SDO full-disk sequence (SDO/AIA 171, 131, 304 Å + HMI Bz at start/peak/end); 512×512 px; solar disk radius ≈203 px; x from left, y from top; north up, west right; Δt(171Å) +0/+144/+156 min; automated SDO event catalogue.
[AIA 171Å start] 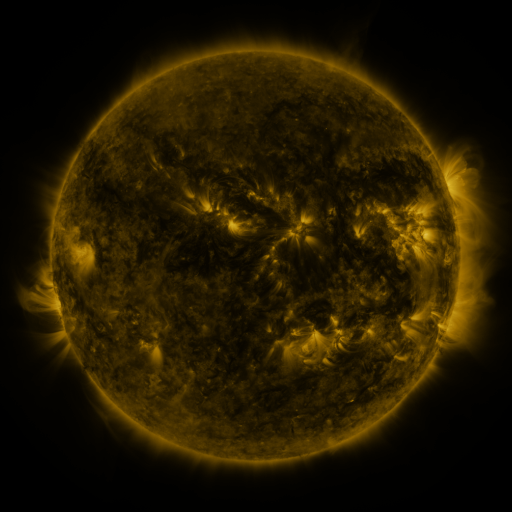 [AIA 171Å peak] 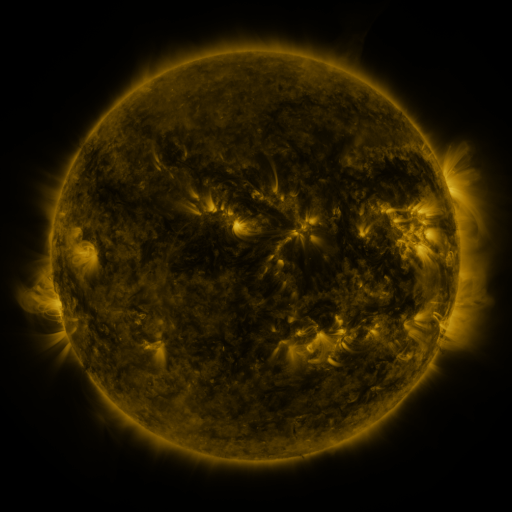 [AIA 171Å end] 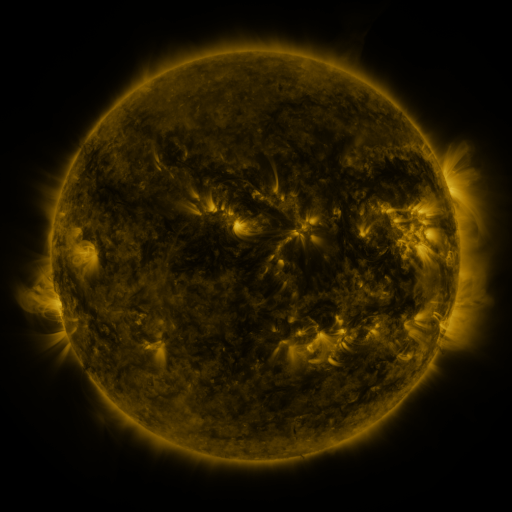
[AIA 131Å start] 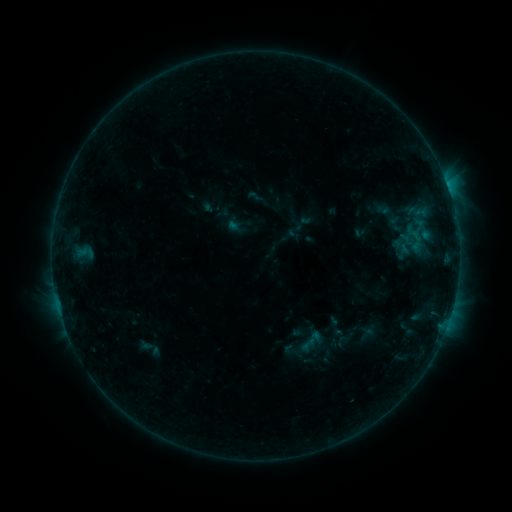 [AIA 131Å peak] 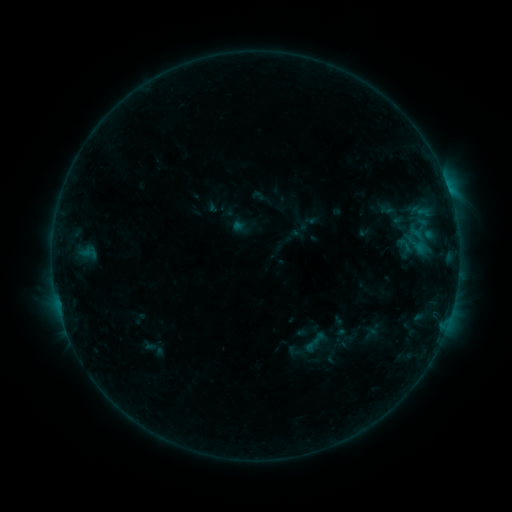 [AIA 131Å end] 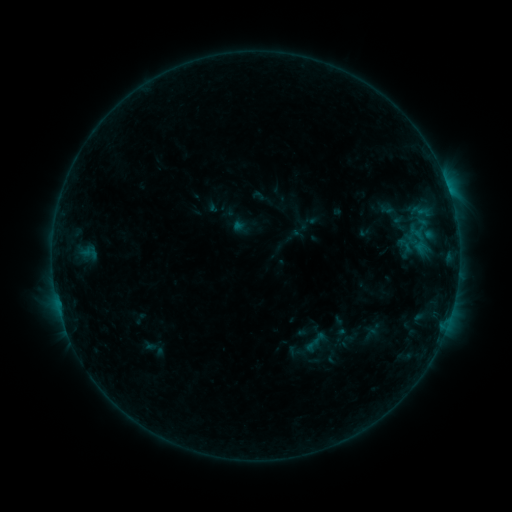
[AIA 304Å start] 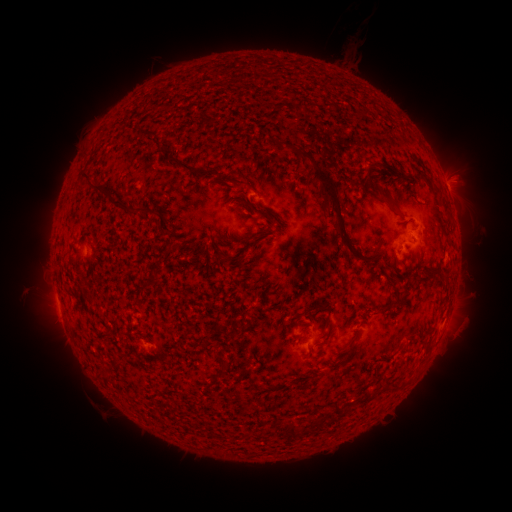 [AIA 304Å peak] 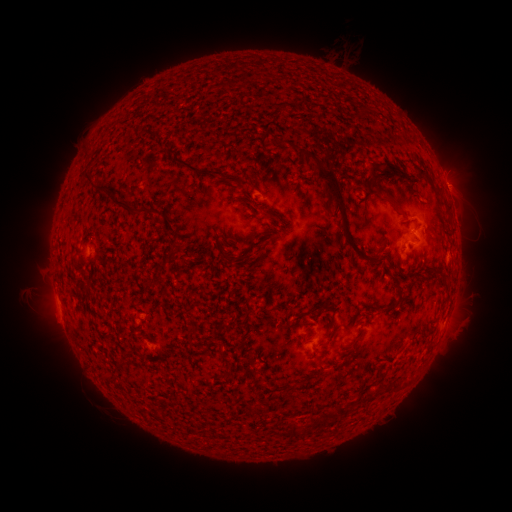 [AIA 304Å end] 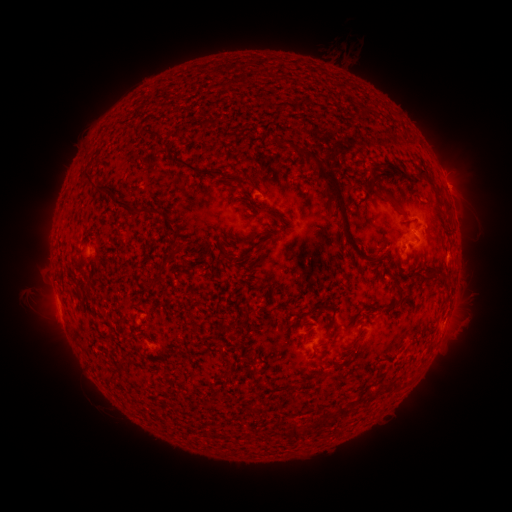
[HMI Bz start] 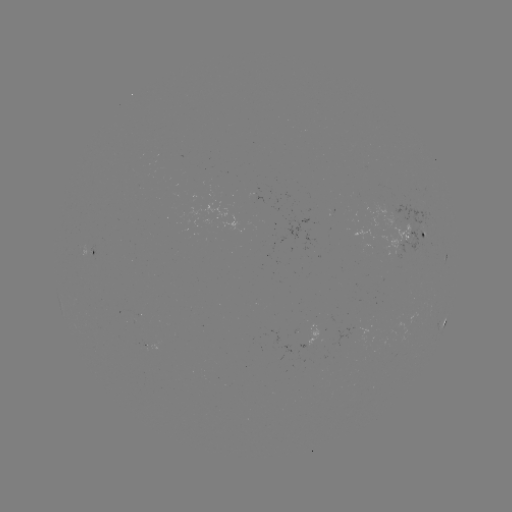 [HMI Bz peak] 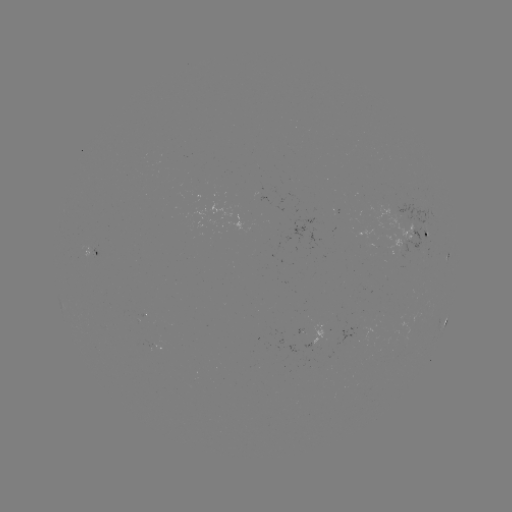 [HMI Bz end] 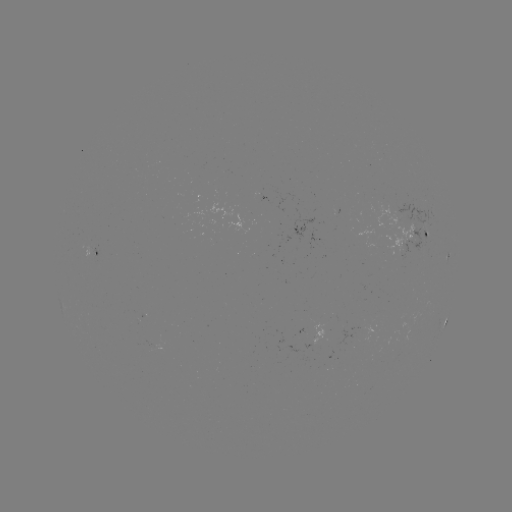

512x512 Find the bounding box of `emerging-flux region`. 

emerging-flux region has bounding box [312, 325, 322, 347].